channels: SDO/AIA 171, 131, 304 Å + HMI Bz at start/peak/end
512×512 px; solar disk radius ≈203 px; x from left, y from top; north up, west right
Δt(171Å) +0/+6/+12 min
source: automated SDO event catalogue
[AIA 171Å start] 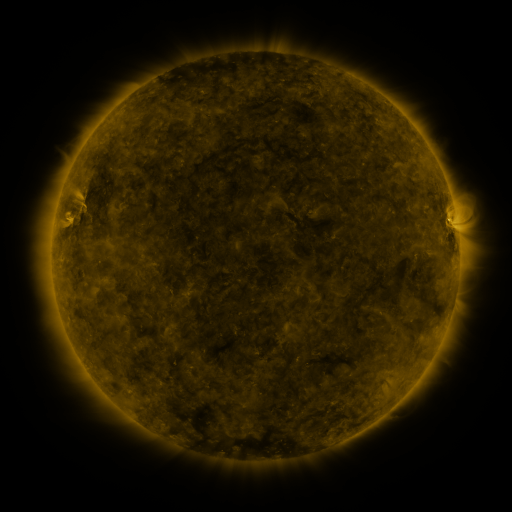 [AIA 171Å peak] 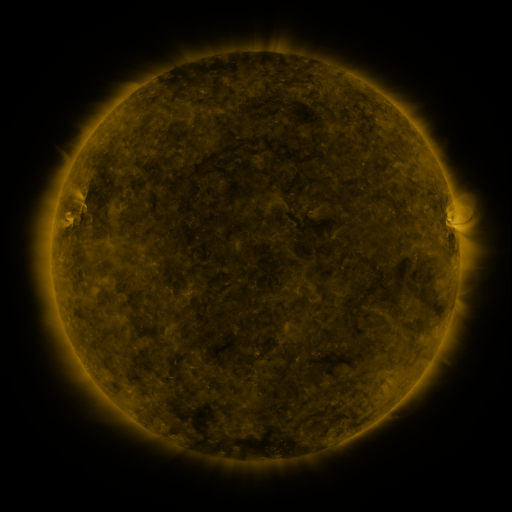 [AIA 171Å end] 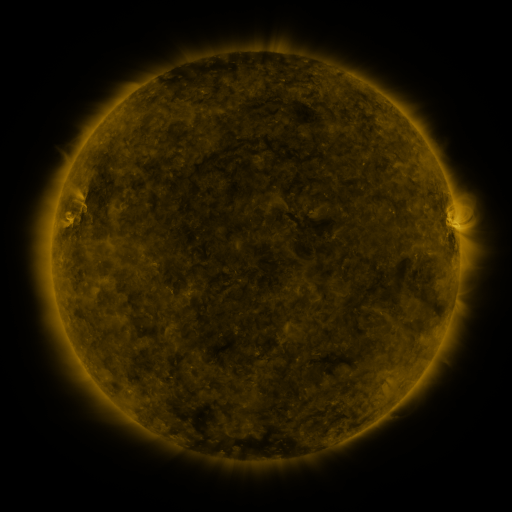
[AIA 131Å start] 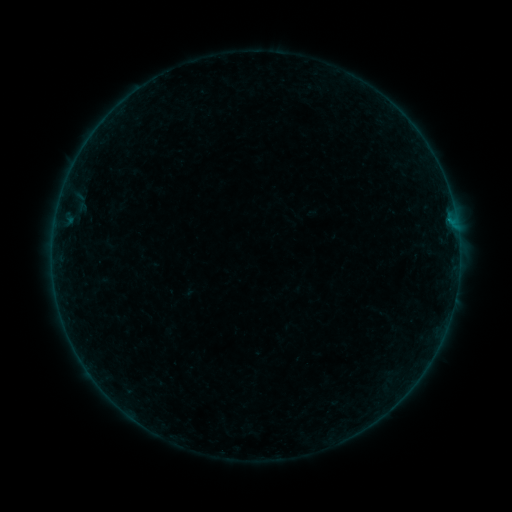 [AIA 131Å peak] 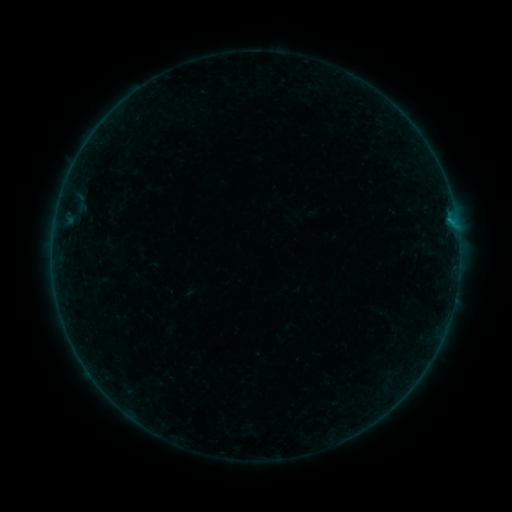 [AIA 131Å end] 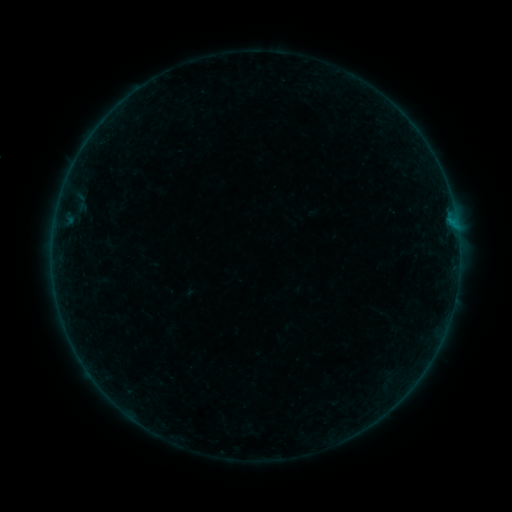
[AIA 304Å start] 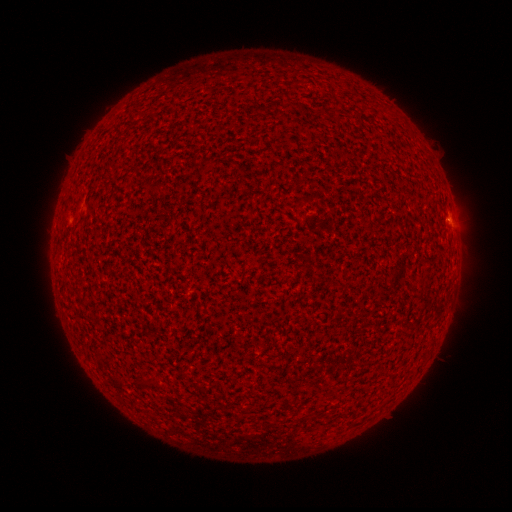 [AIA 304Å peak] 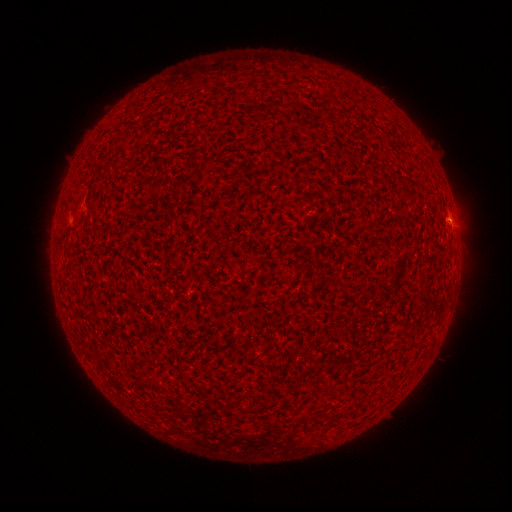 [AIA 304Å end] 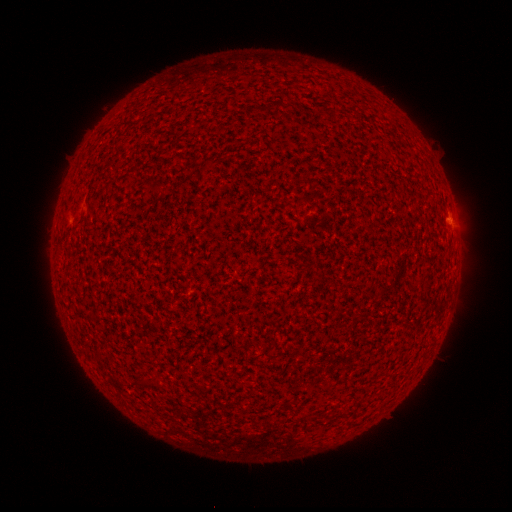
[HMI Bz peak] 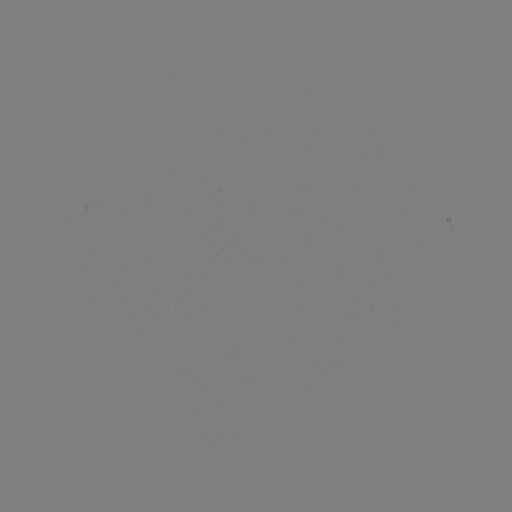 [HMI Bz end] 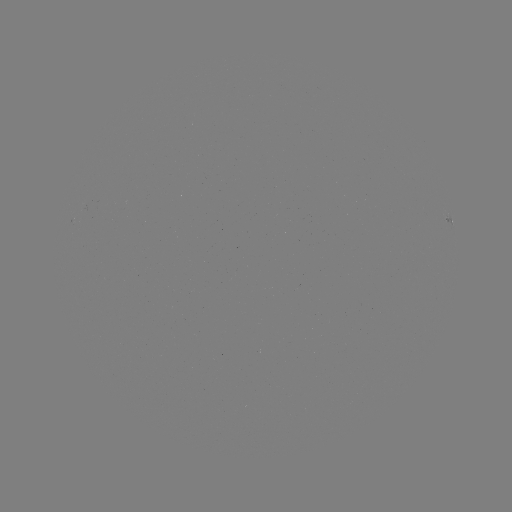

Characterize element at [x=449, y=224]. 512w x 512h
B1.3 flare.